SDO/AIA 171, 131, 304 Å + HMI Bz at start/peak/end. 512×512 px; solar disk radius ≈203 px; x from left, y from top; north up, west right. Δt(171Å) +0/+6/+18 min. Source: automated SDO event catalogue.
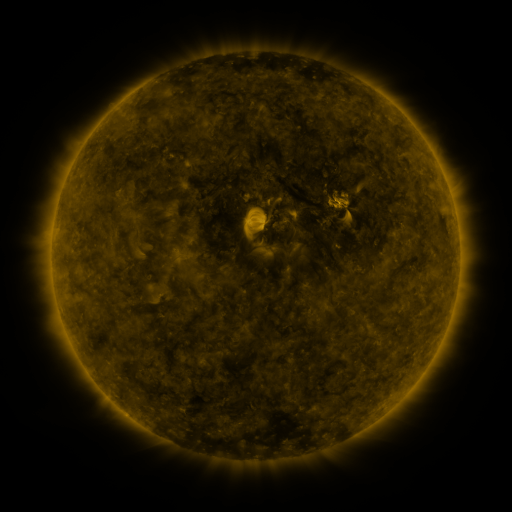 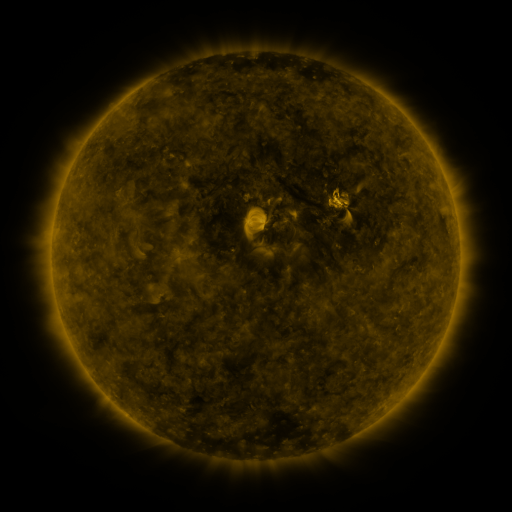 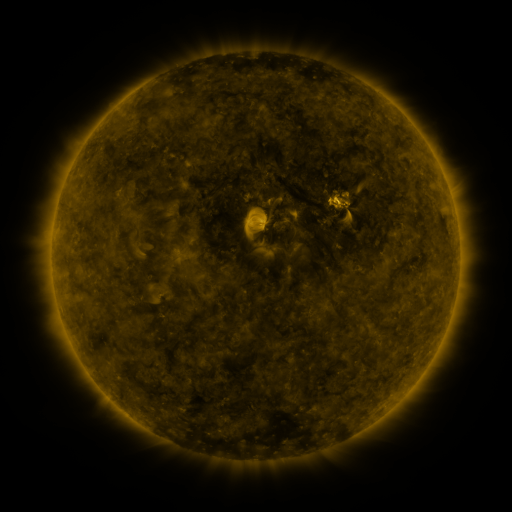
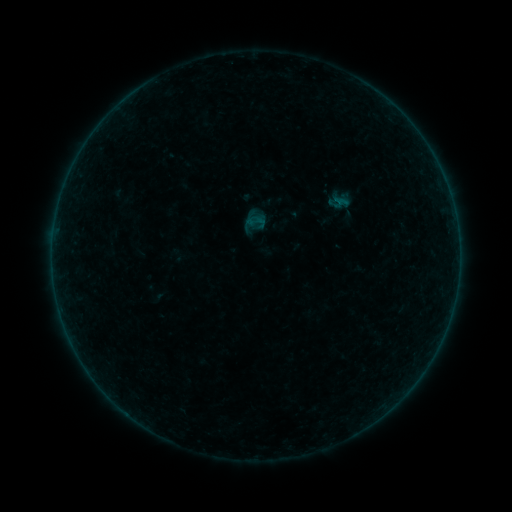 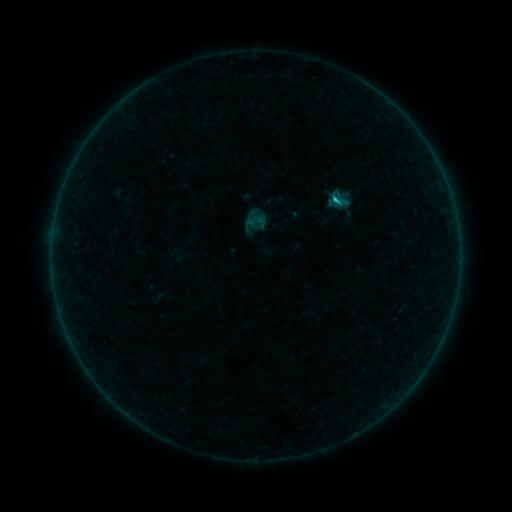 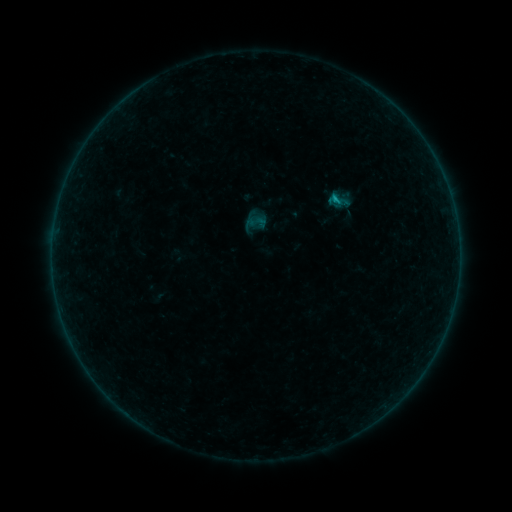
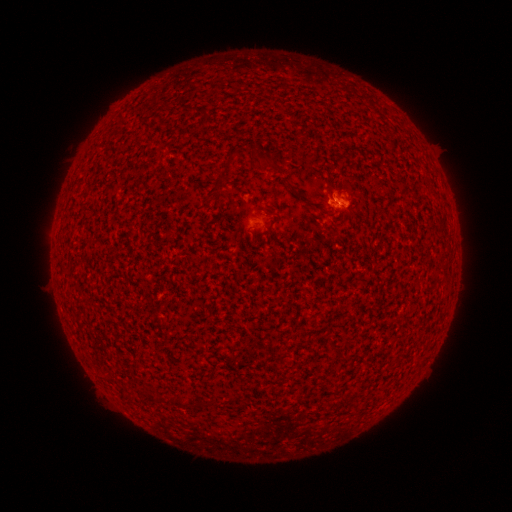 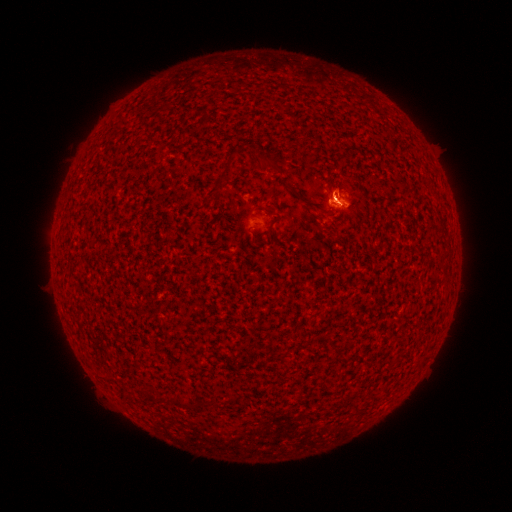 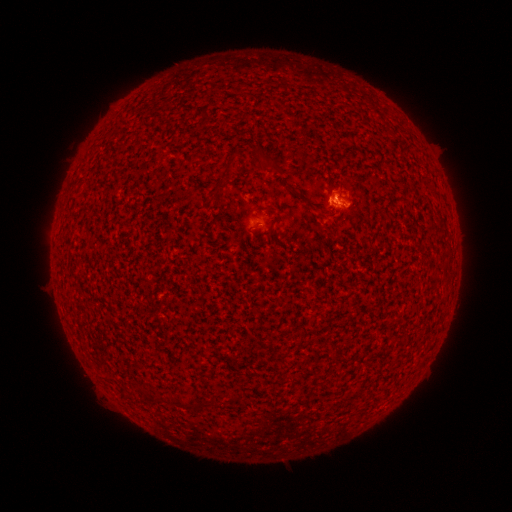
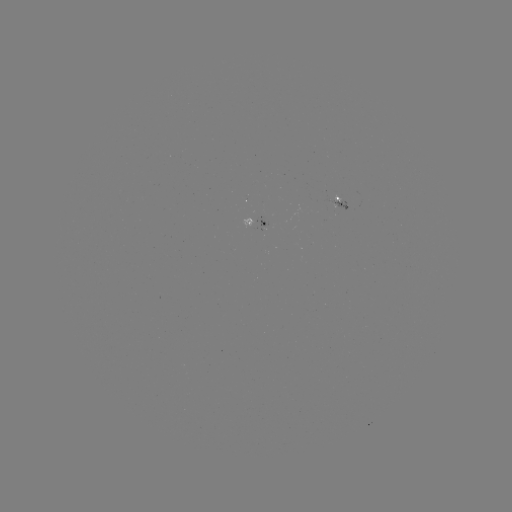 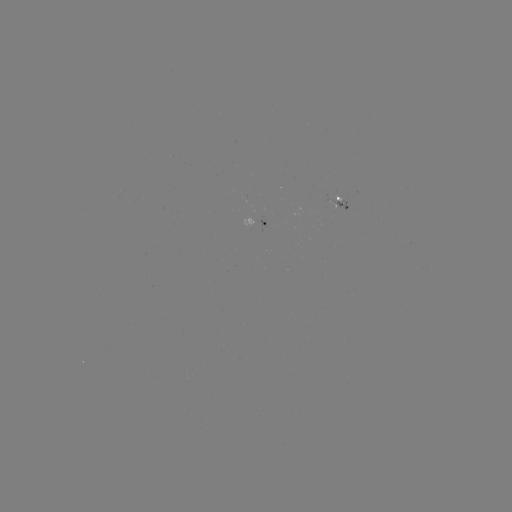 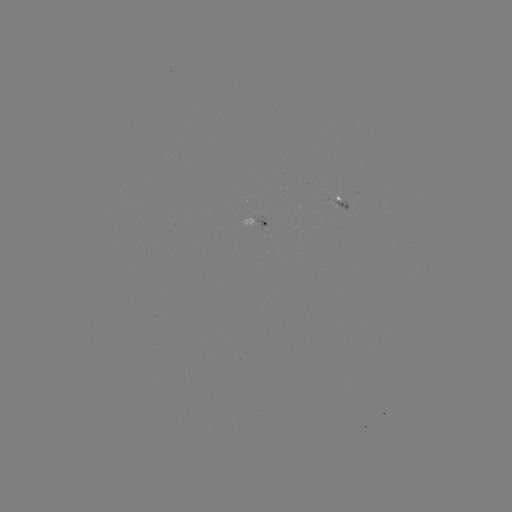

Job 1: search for B6.1 flare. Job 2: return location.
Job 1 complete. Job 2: [334, 201].